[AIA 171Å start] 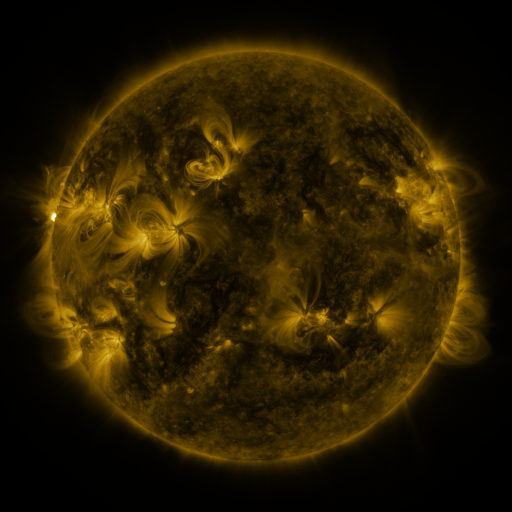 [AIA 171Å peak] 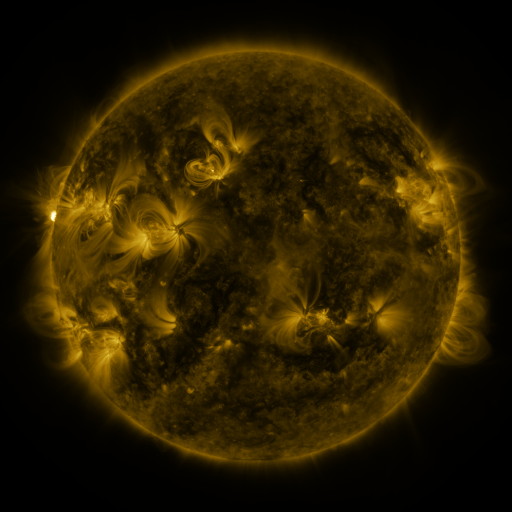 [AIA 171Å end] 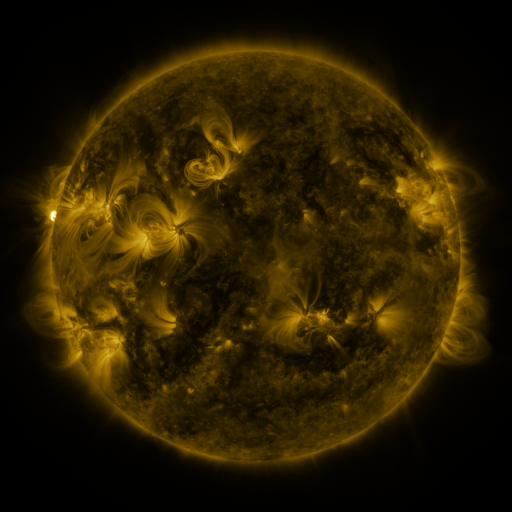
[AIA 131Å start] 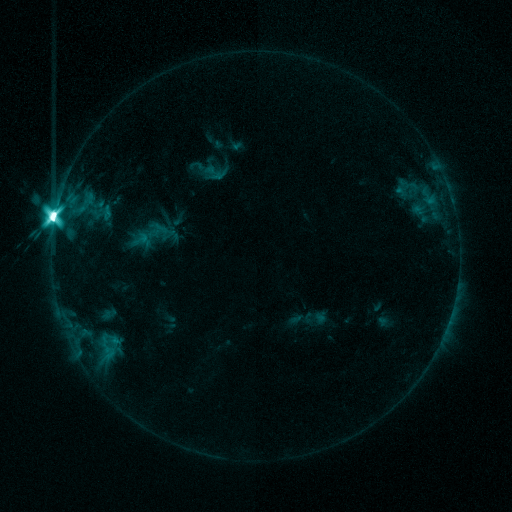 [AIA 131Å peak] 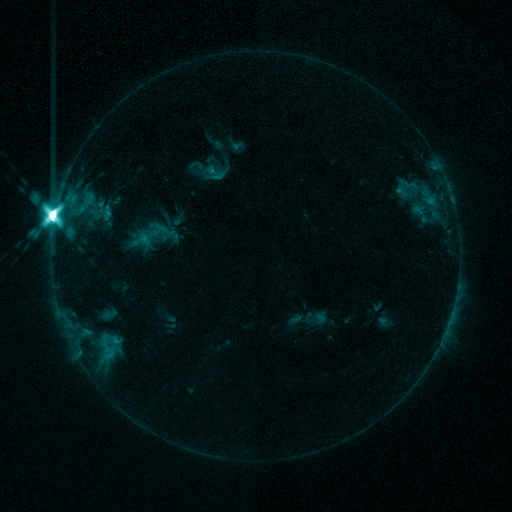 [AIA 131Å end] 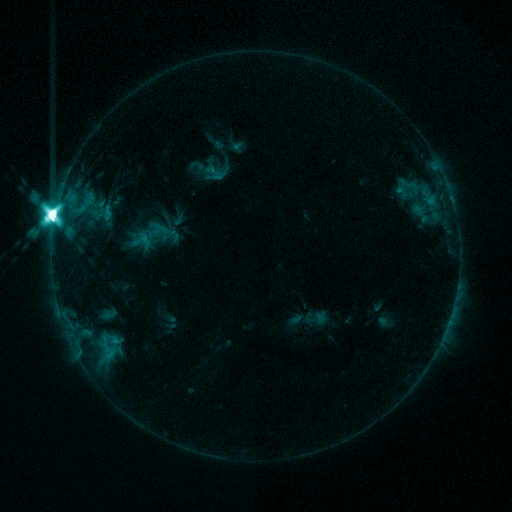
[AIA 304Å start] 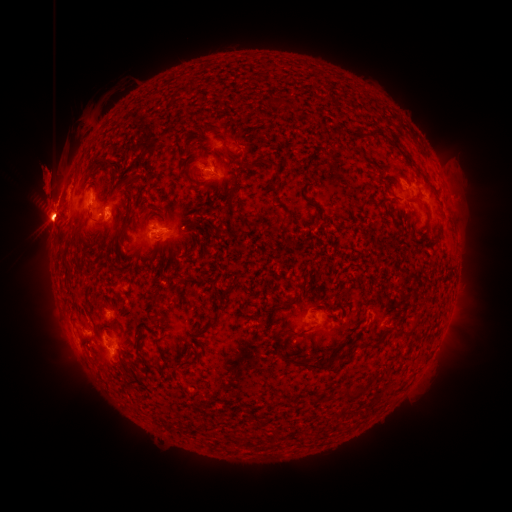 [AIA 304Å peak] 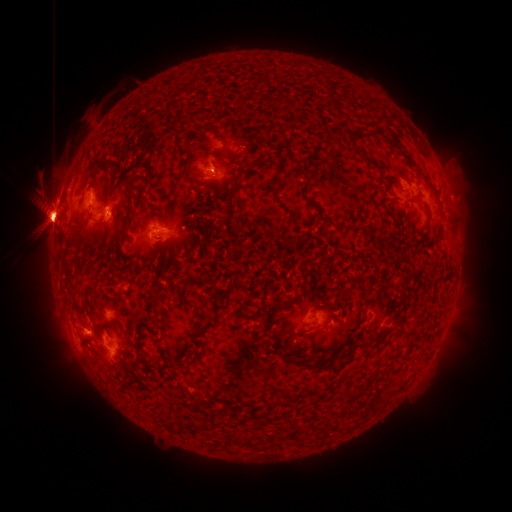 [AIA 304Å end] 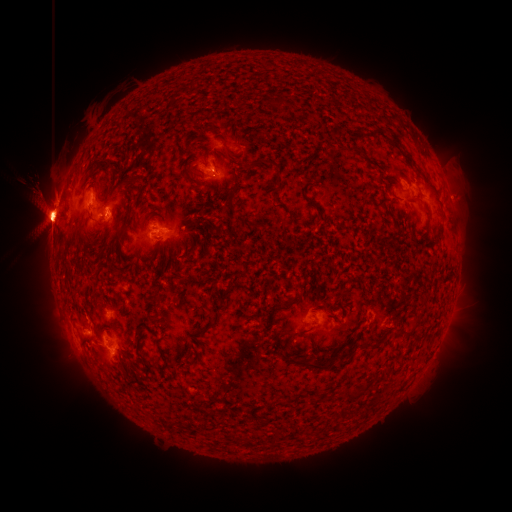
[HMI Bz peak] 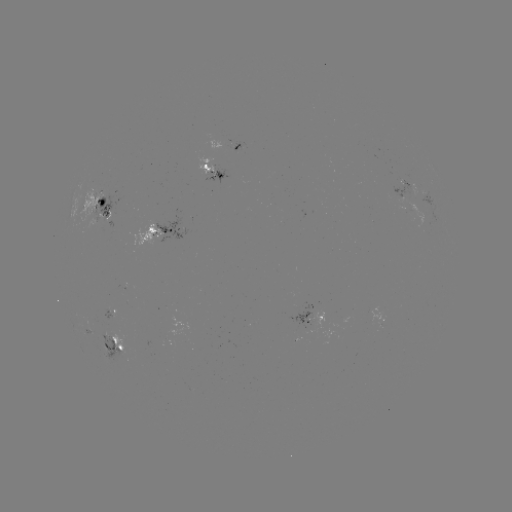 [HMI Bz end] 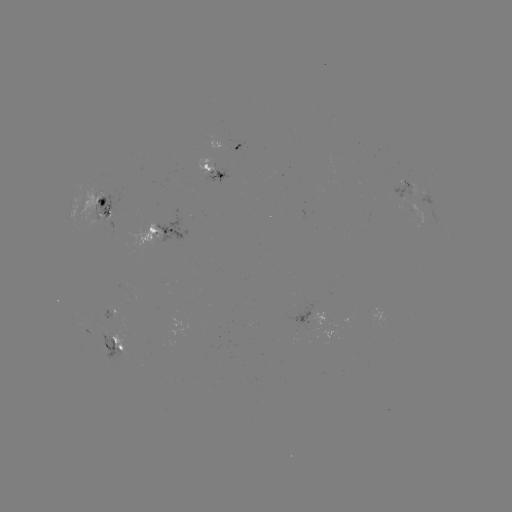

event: eruption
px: (81, 350)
